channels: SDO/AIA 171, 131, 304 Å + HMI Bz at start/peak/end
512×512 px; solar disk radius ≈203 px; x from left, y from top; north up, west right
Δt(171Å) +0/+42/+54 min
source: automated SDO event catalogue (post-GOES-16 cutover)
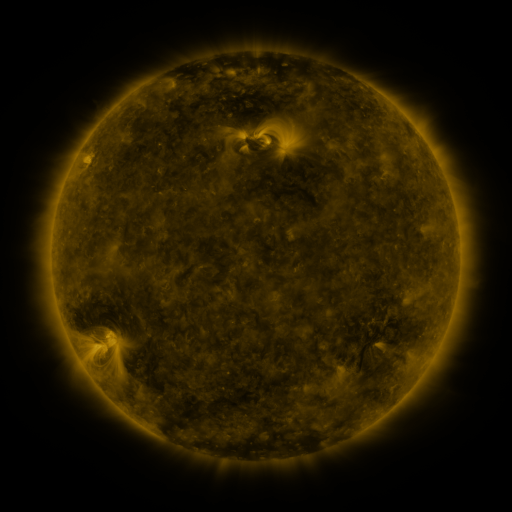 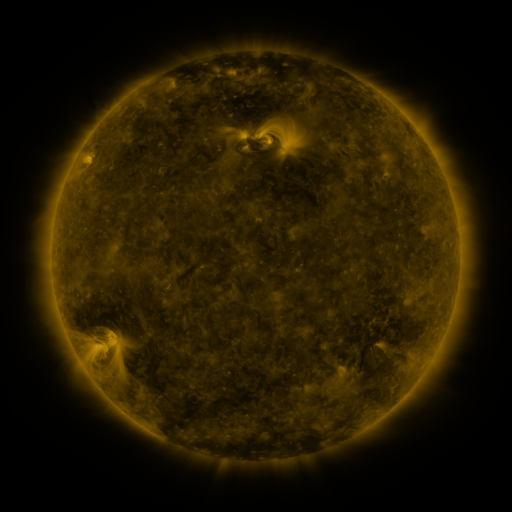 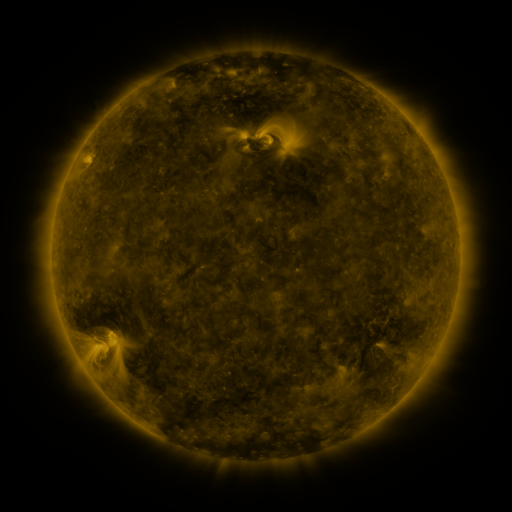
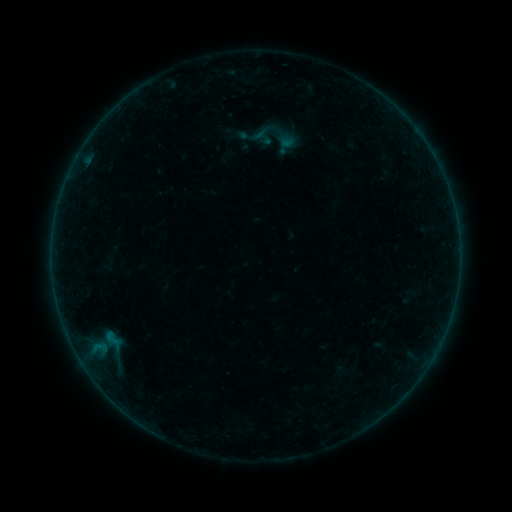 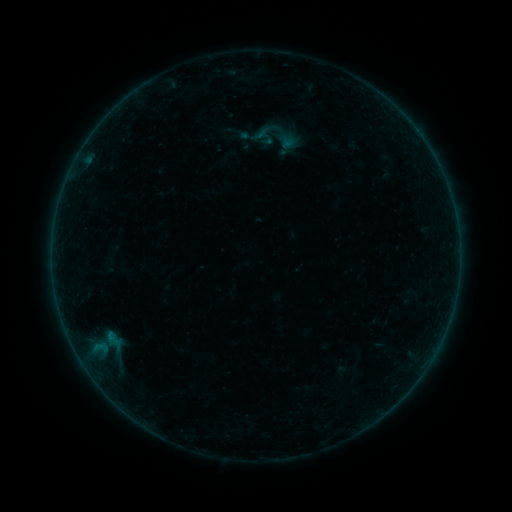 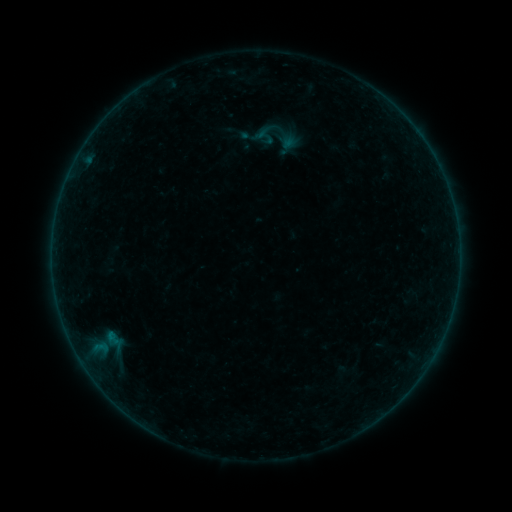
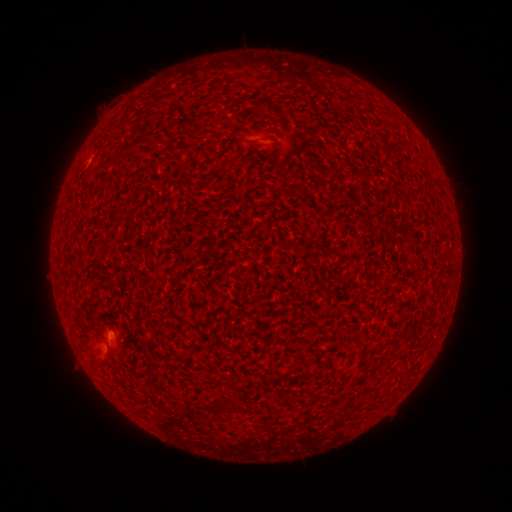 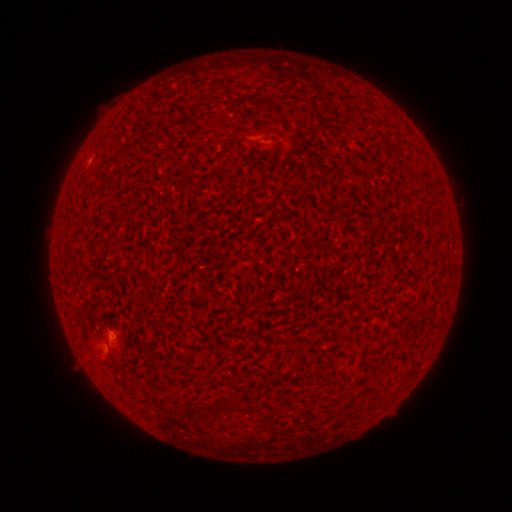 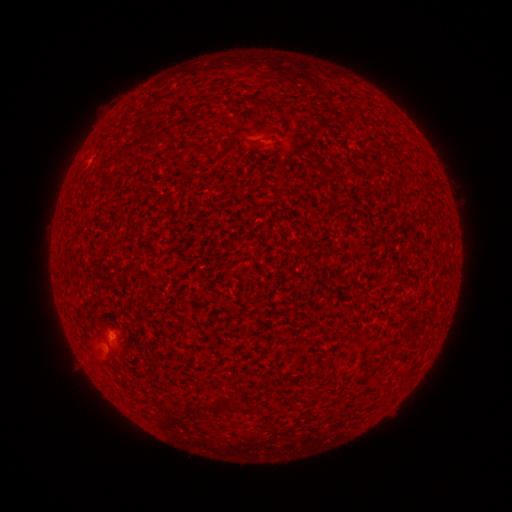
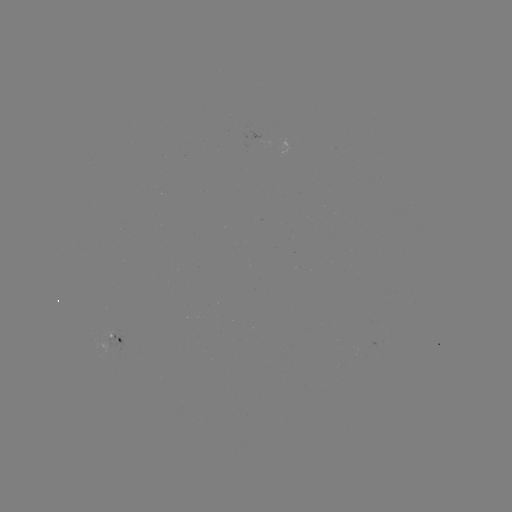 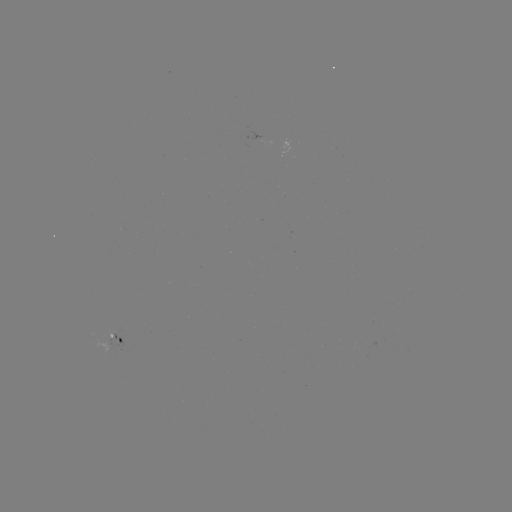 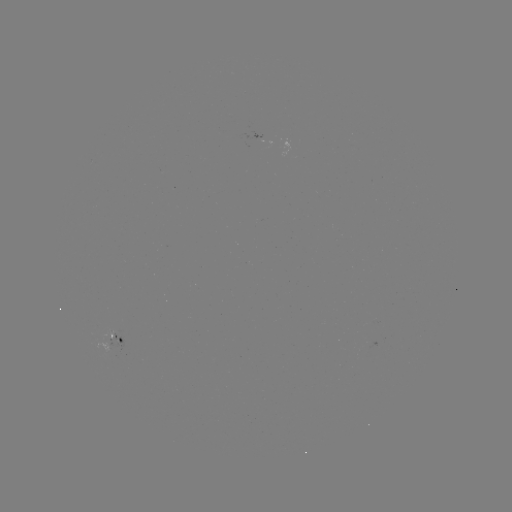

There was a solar flare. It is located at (111, 332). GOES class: A8.3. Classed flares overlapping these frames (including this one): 1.